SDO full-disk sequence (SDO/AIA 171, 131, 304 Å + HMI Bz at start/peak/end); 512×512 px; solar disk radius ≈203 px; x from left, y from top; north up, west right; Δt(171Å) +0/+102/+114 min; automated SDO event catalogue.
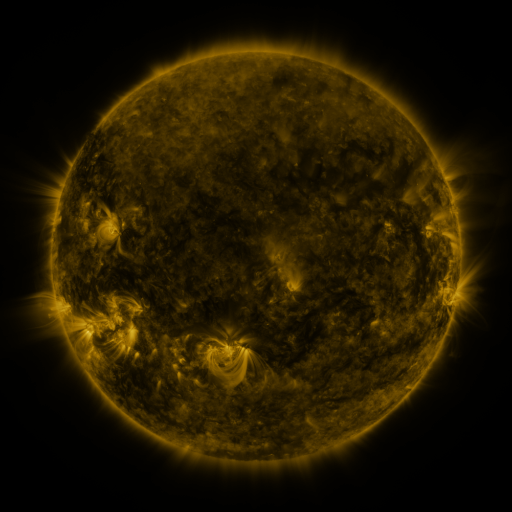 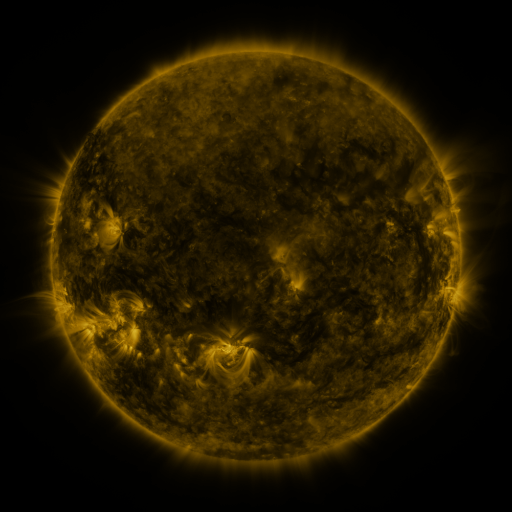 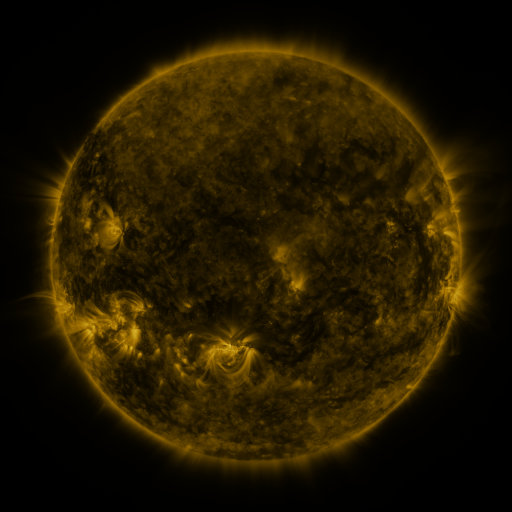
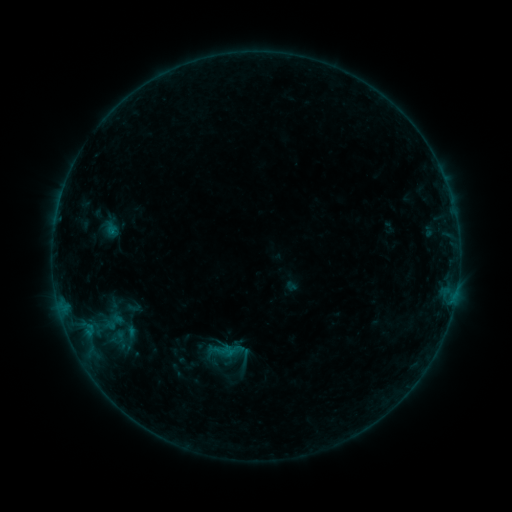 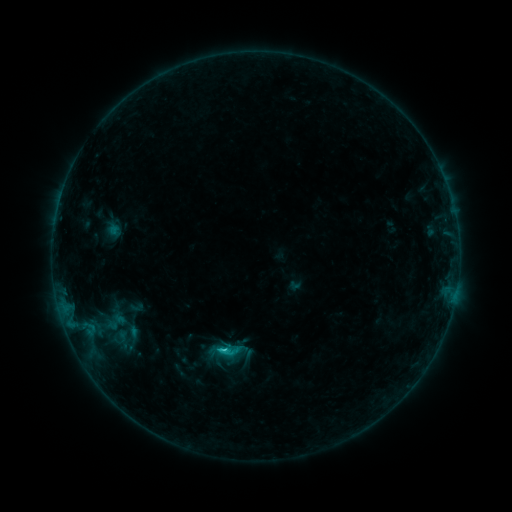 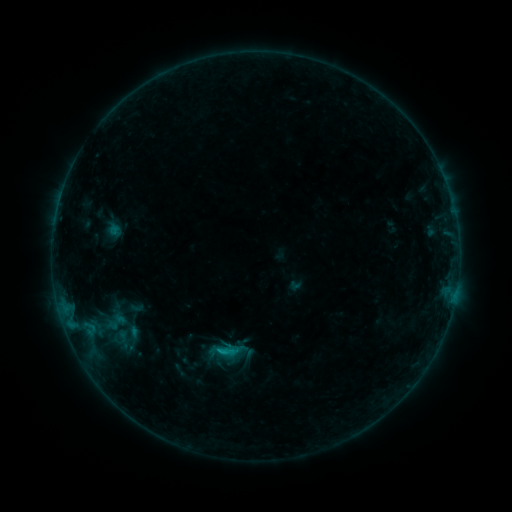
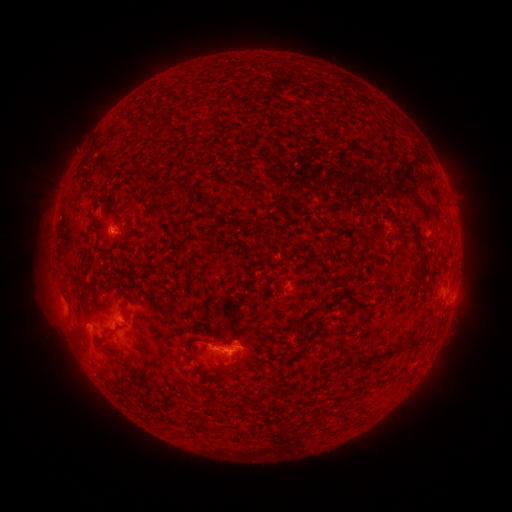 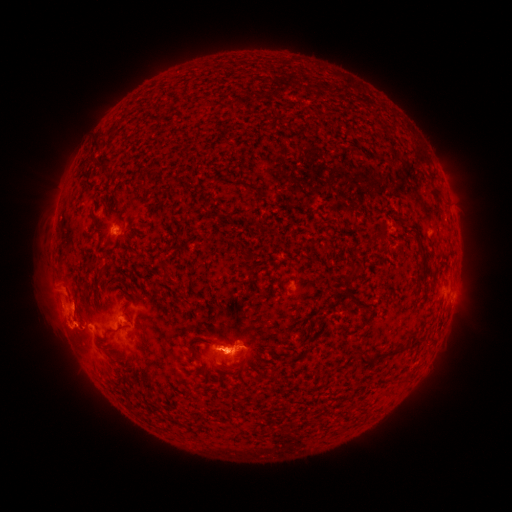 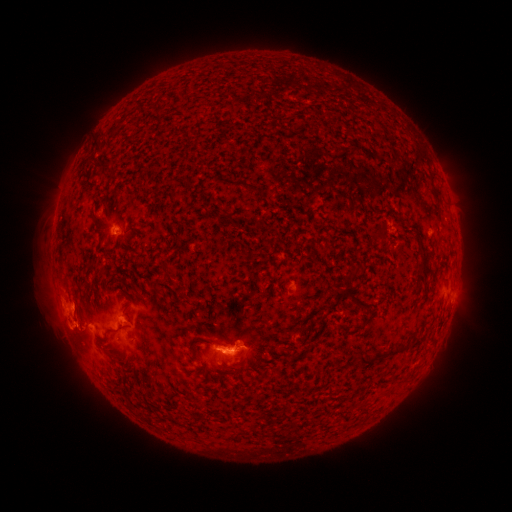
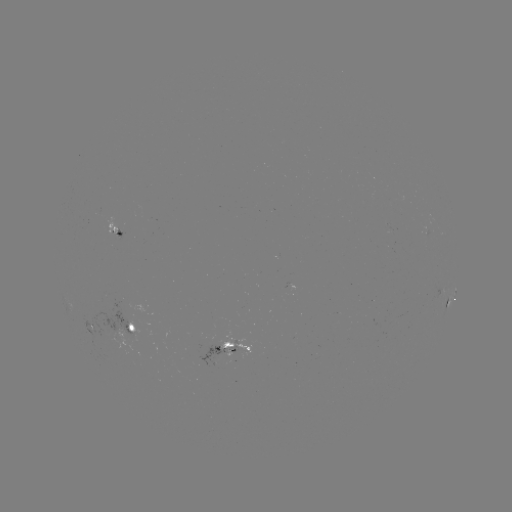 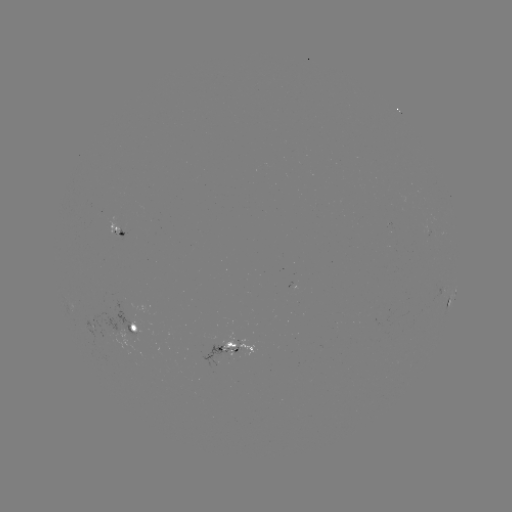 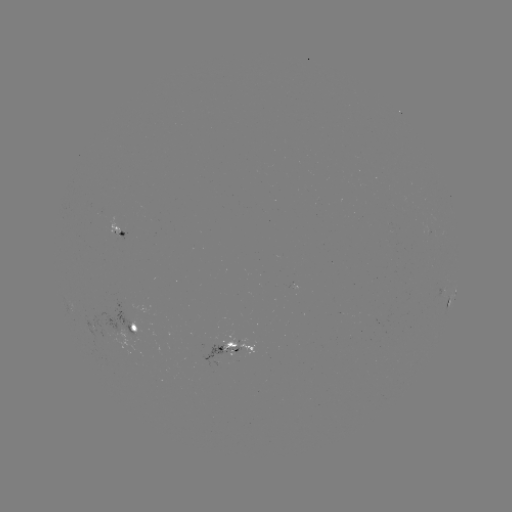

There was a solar flare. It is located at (226, 348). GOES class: C1.2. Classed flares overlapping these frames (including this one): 1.